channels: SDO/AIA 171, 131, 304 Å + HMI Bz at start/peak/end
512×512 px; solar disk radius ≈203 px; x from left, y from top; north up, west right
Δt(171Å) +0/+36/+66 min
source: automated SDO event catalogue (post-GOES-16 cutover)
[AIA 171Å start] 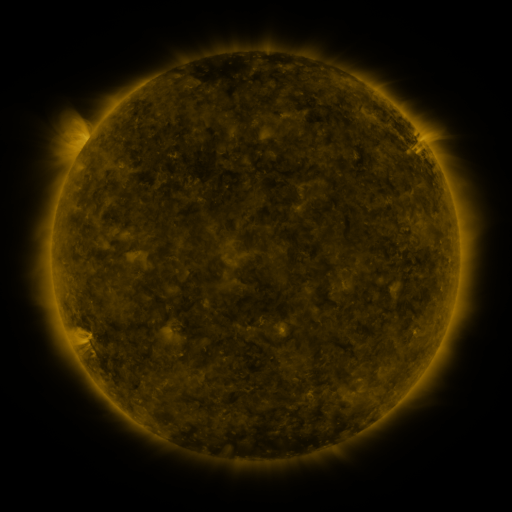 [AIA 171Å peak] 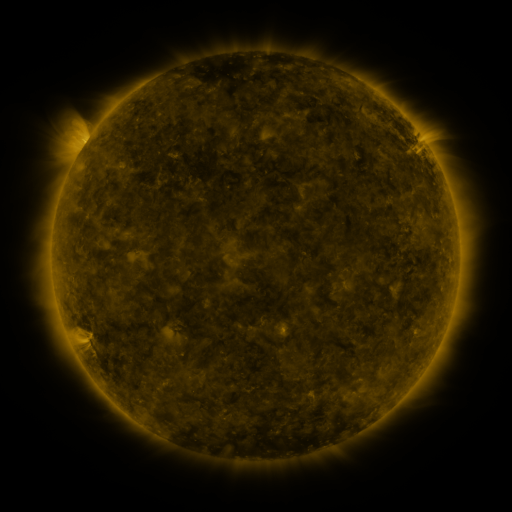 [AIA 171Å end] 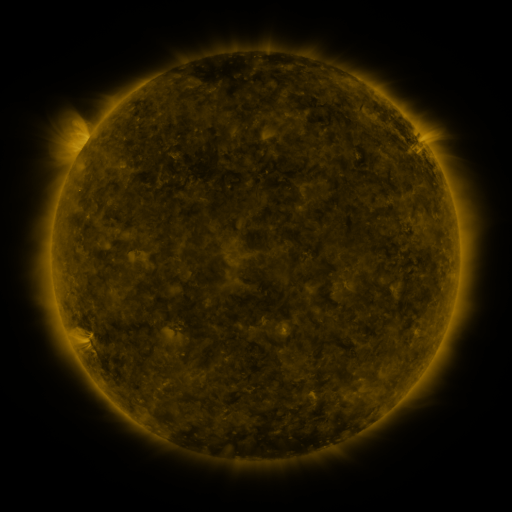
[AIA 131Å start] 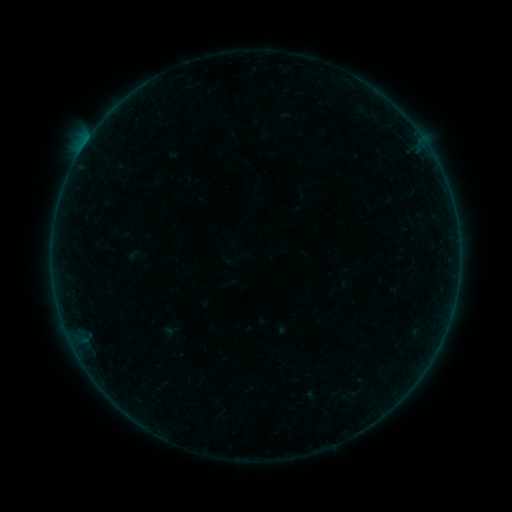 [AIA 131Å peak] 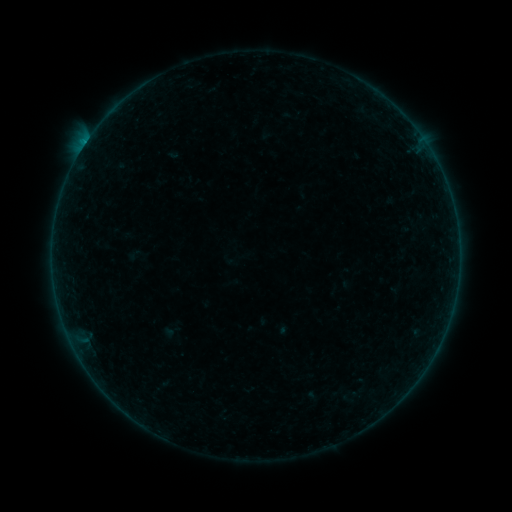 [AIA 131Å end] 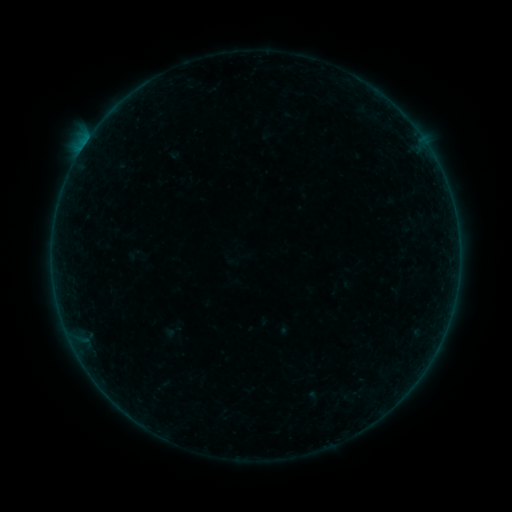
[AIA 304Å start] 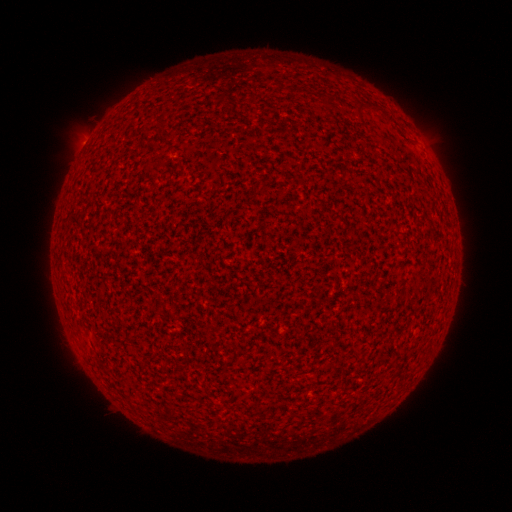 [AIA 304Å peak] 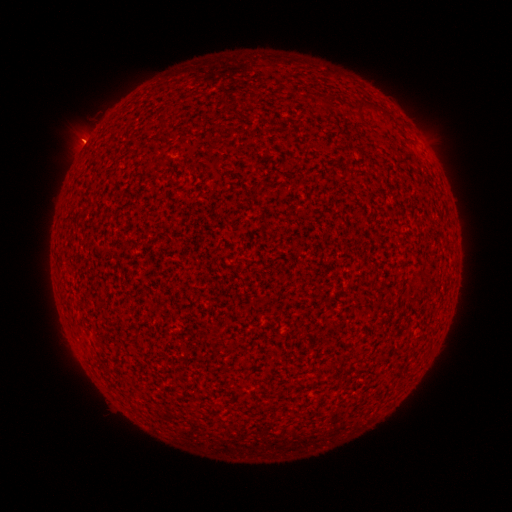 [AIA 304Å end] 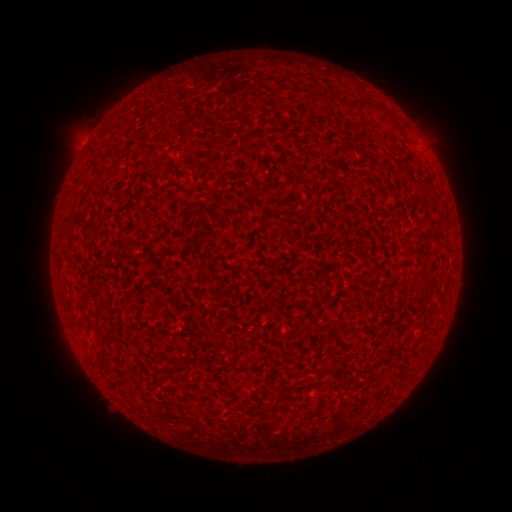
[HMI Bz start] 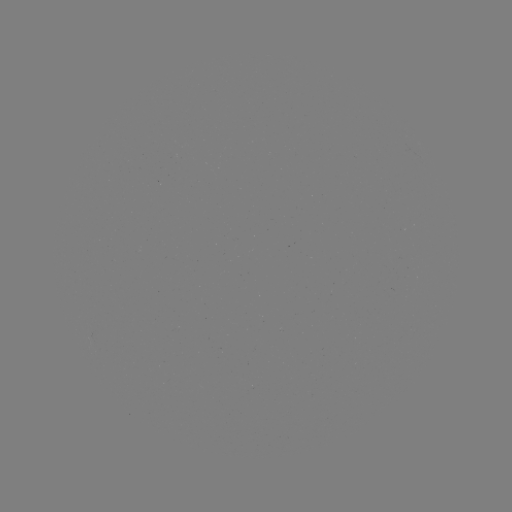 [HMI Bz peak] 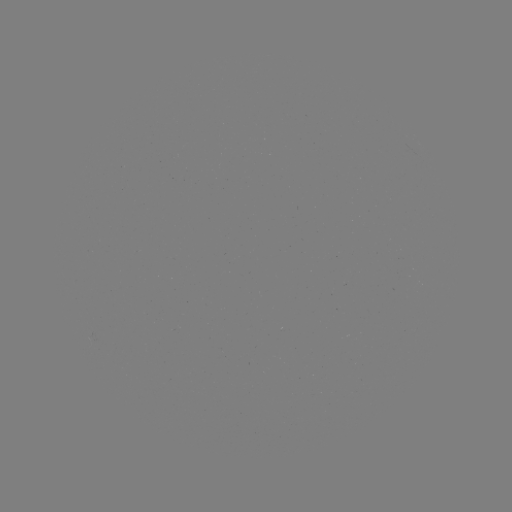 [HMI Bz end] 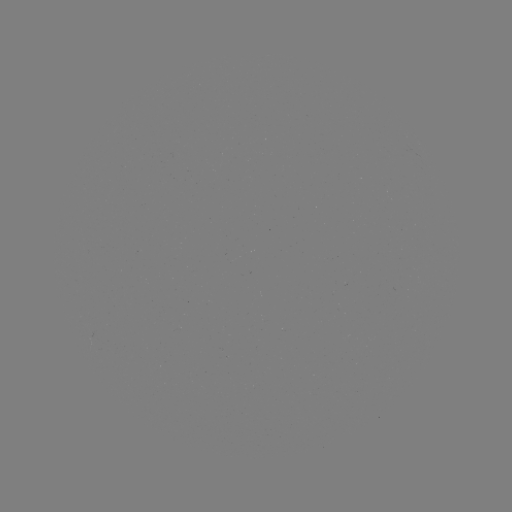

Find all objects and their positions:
B1.3 flare: (85, 145)
